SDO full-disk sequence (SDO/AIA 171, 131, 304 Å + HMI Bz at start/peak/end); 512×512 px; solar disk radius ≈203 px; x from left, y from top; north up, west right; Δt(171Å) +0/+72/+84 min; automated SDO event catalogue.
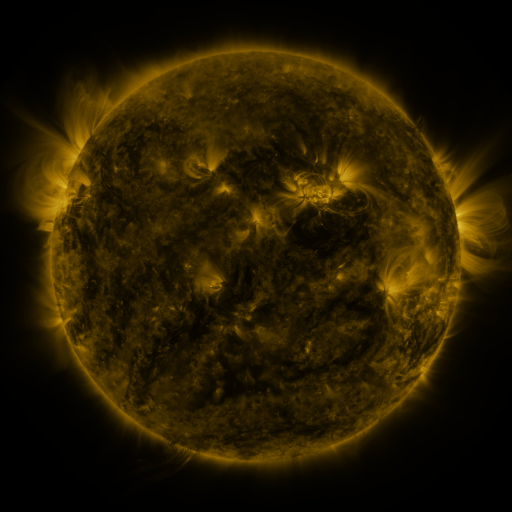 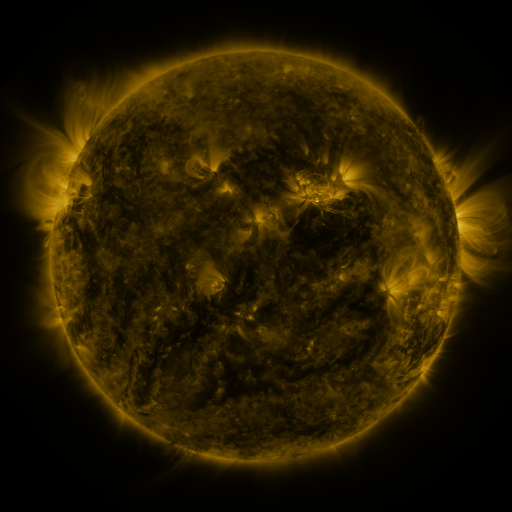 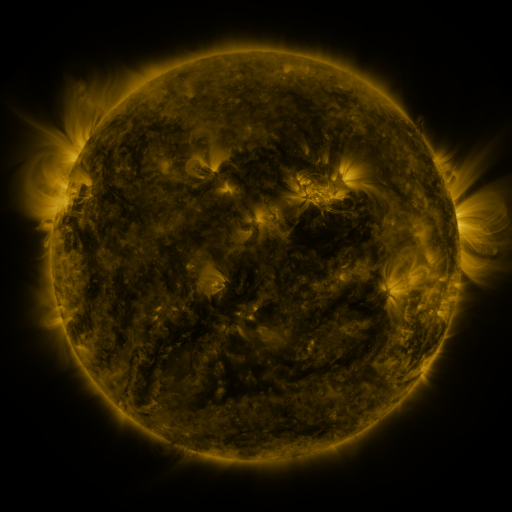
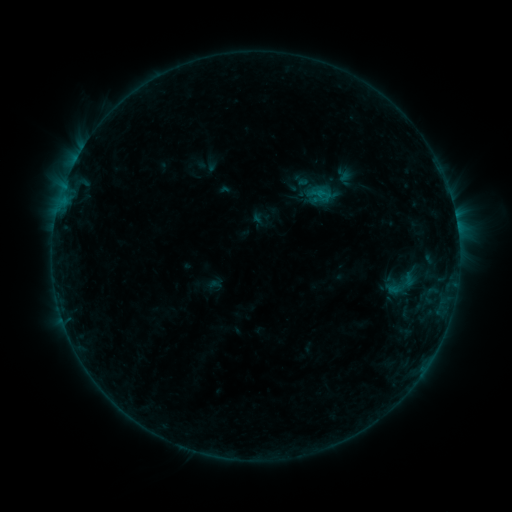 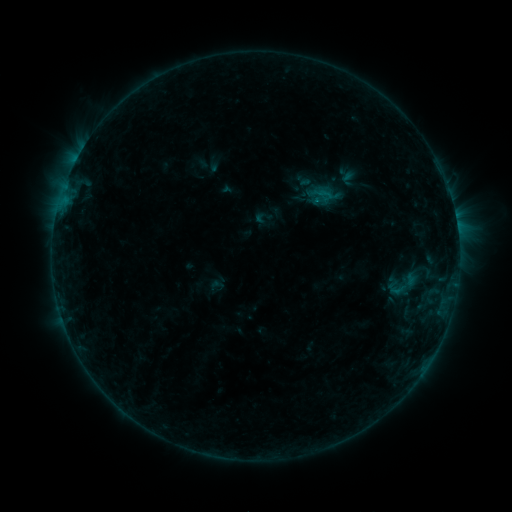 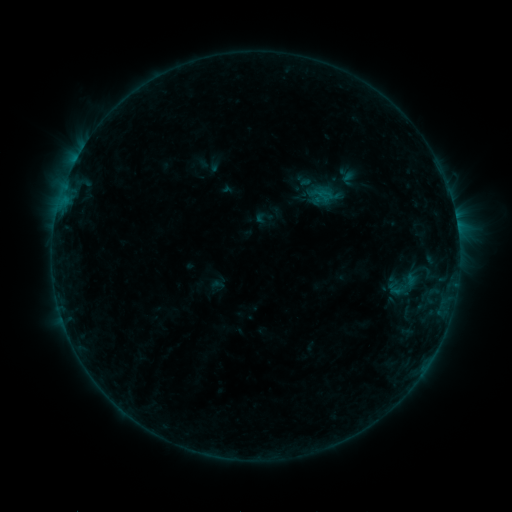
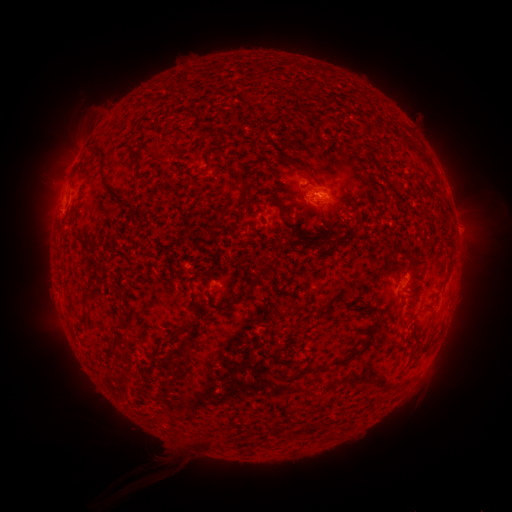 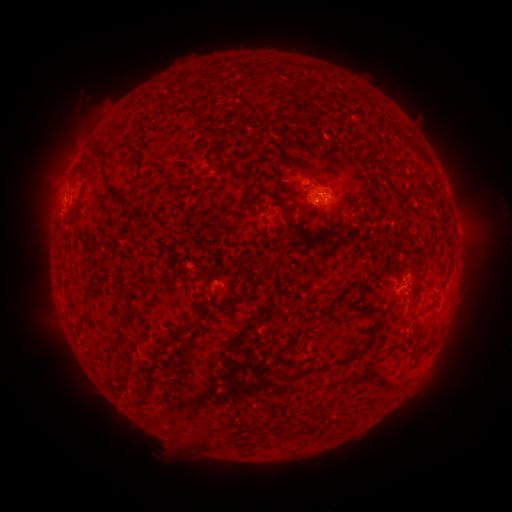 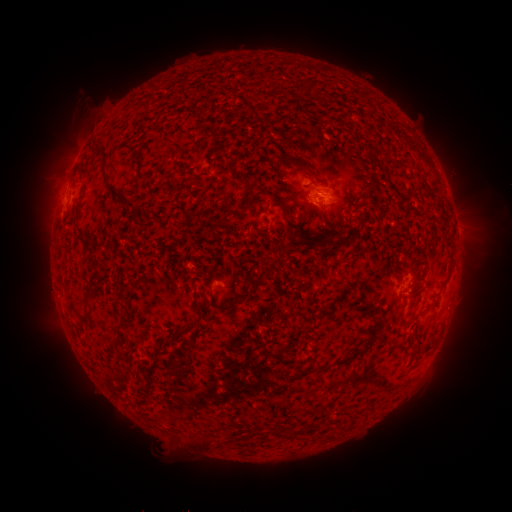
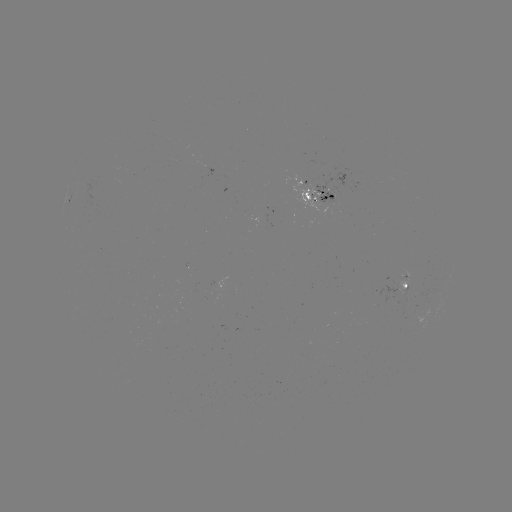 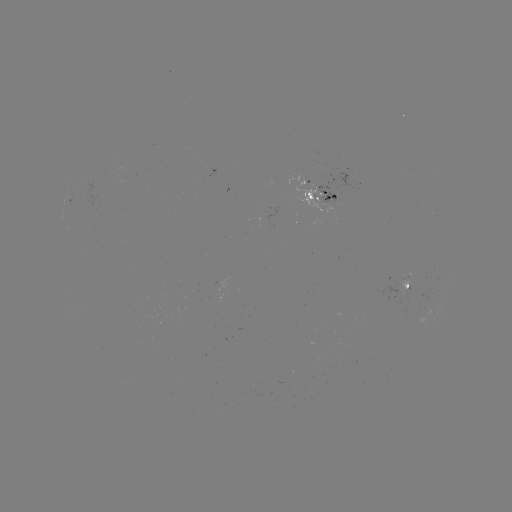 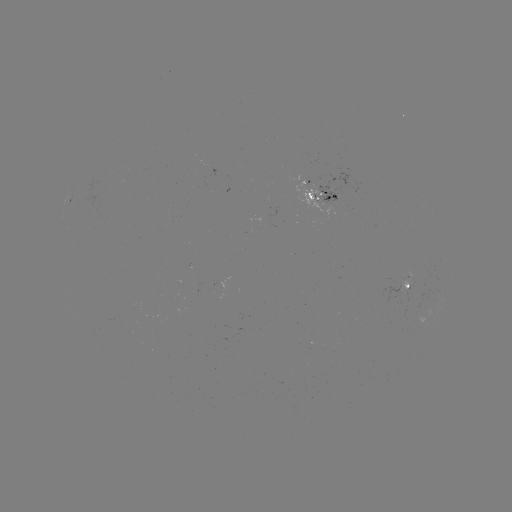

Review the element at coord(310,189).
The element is emerging-flux region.